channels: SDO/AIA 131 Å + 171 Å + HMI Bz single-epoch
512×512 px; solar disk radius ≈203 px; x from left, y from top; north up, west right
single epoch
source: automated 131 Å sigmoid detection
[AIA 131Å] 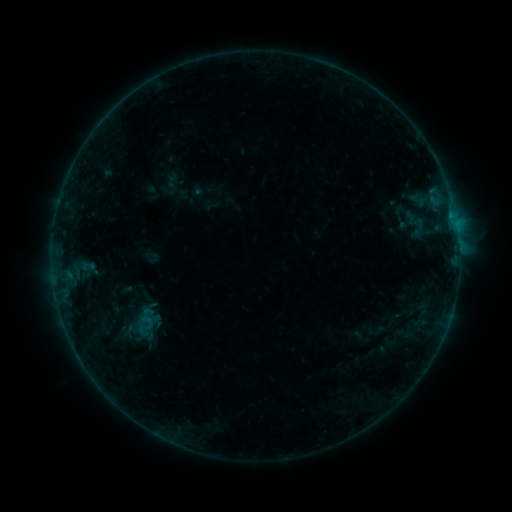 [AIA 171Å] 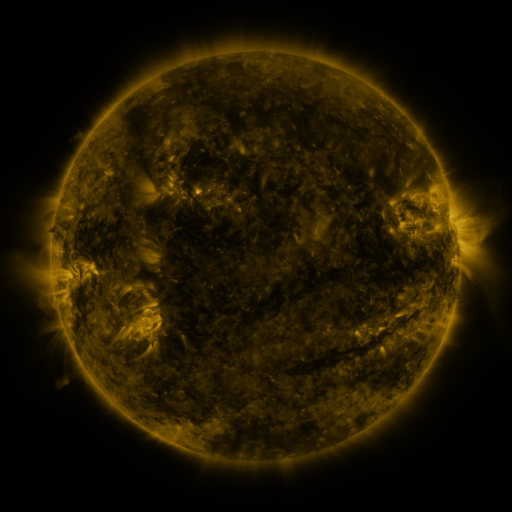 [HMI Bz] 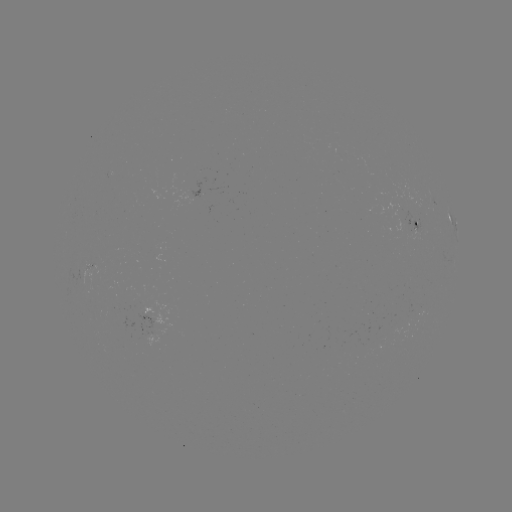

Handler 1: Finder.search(sigmoid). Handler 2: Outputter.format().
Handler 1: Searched sigmoid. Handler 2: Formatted (147, 322).